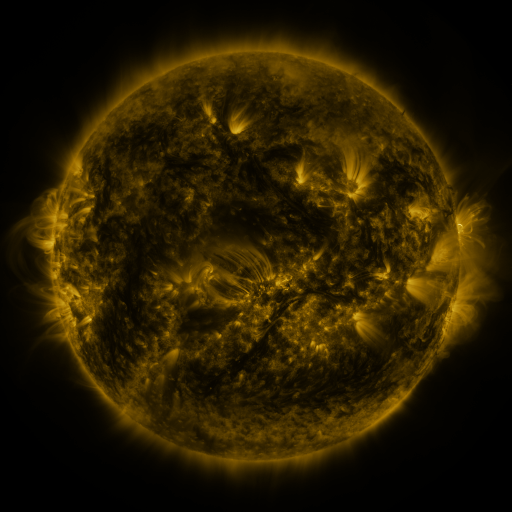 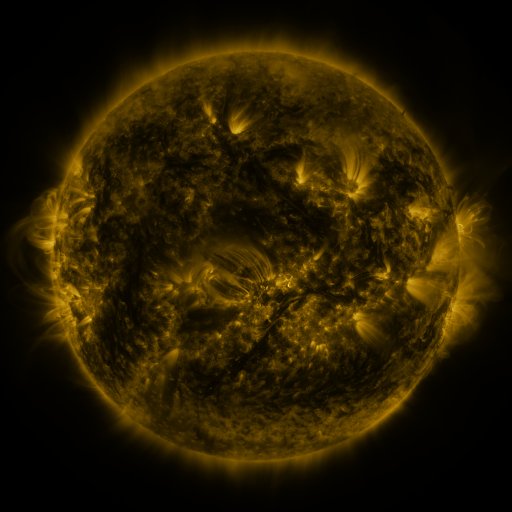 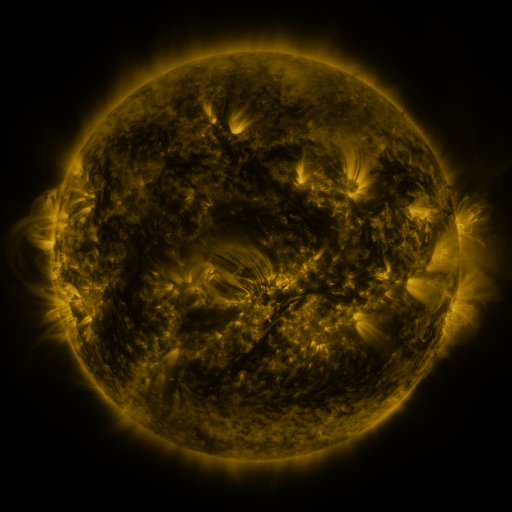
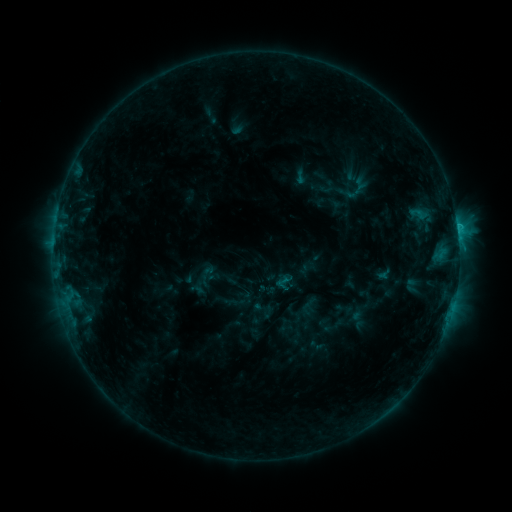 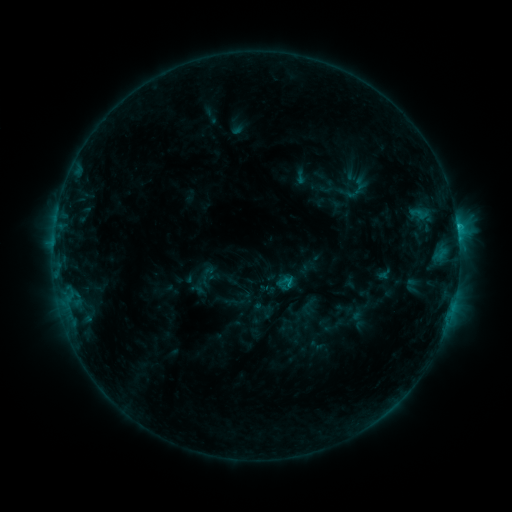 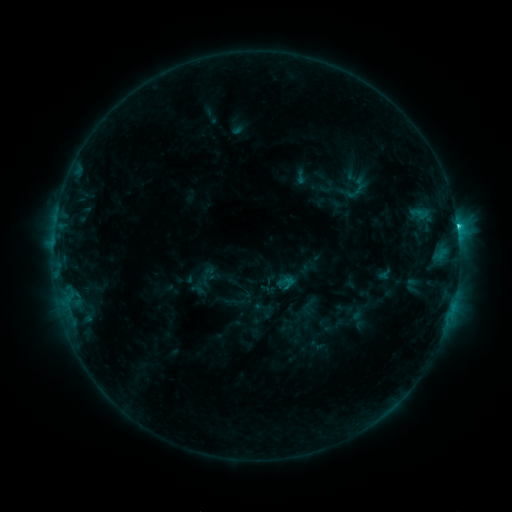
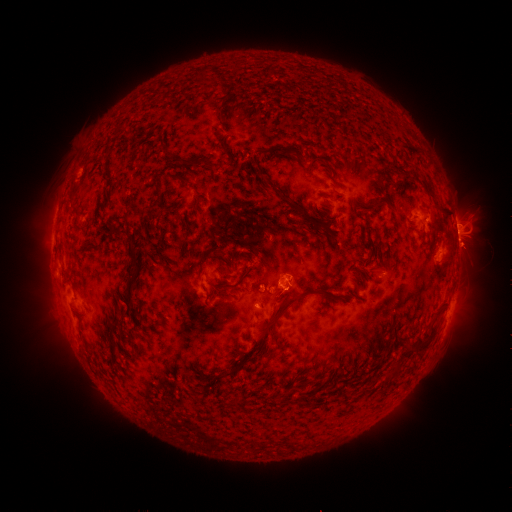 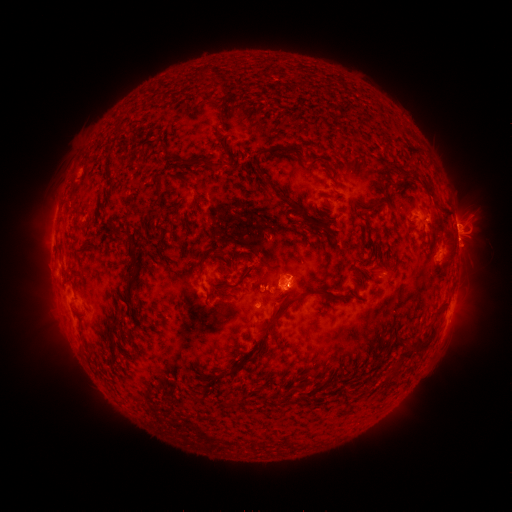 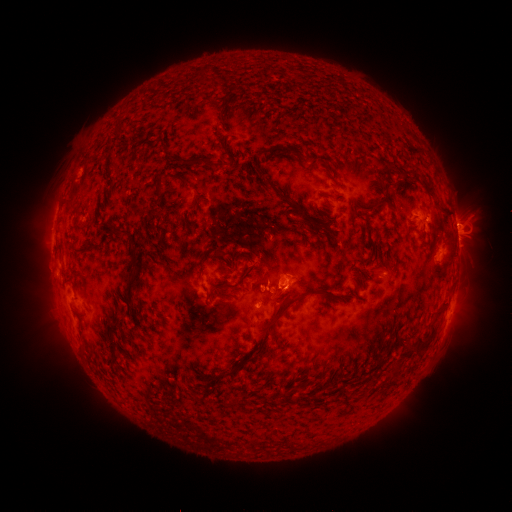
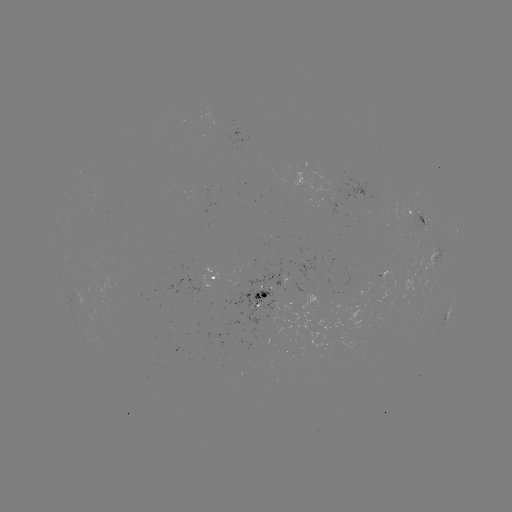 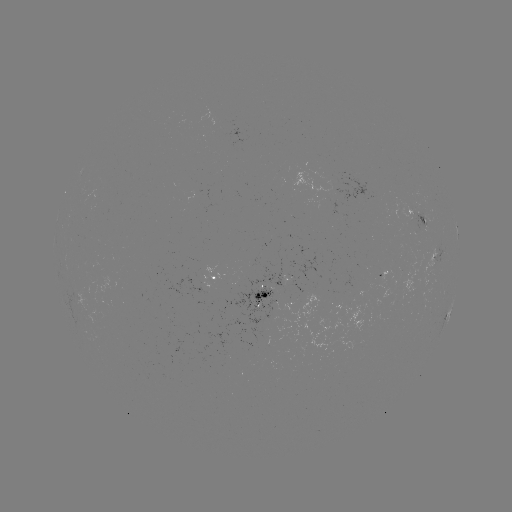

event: eruption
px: (293, 294)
